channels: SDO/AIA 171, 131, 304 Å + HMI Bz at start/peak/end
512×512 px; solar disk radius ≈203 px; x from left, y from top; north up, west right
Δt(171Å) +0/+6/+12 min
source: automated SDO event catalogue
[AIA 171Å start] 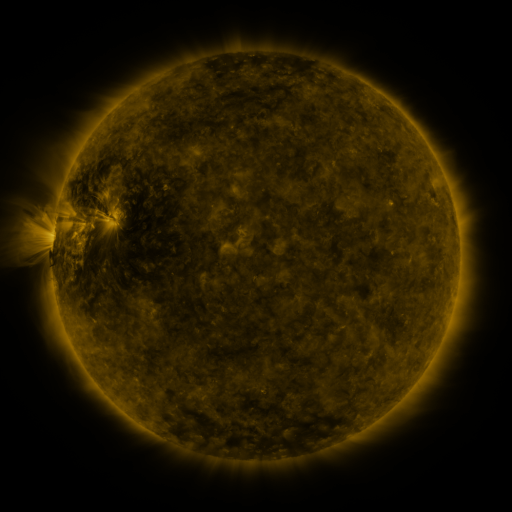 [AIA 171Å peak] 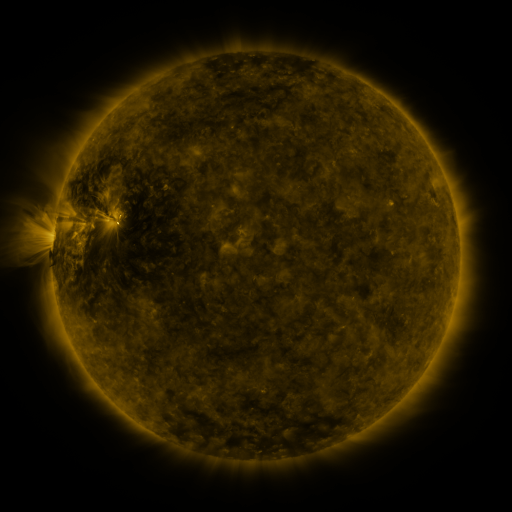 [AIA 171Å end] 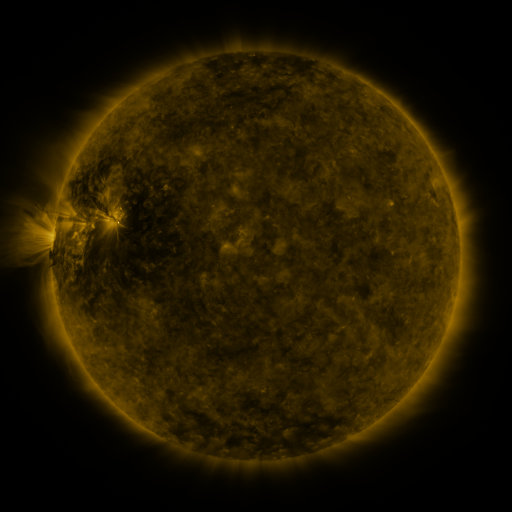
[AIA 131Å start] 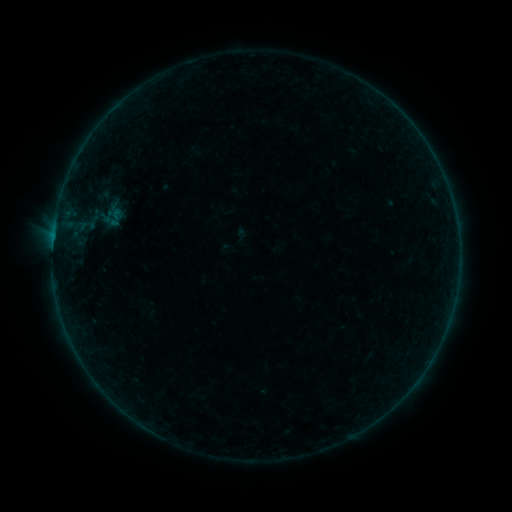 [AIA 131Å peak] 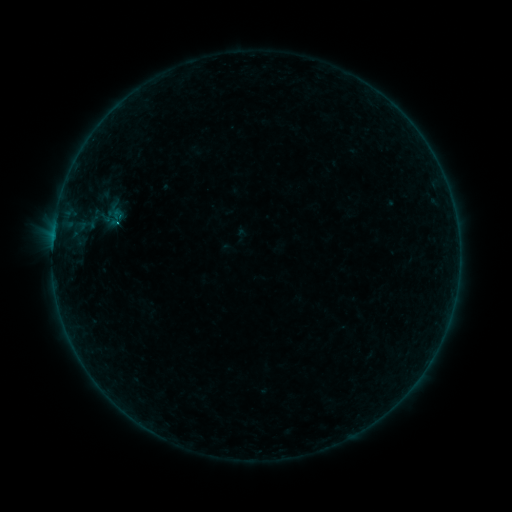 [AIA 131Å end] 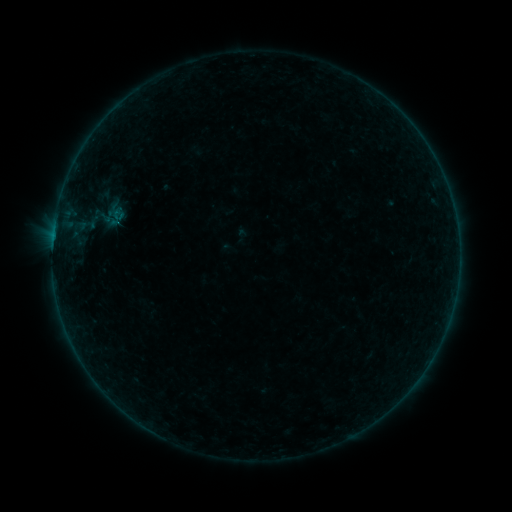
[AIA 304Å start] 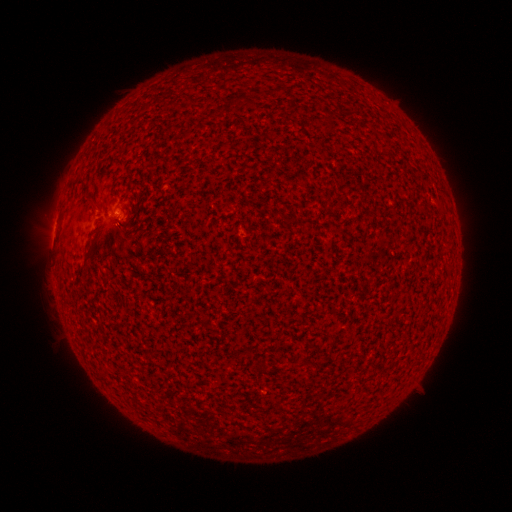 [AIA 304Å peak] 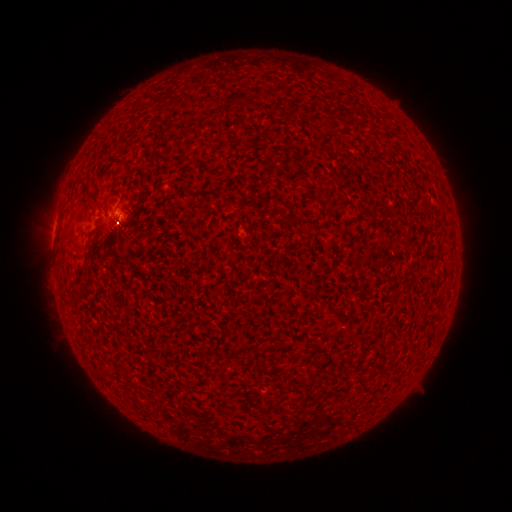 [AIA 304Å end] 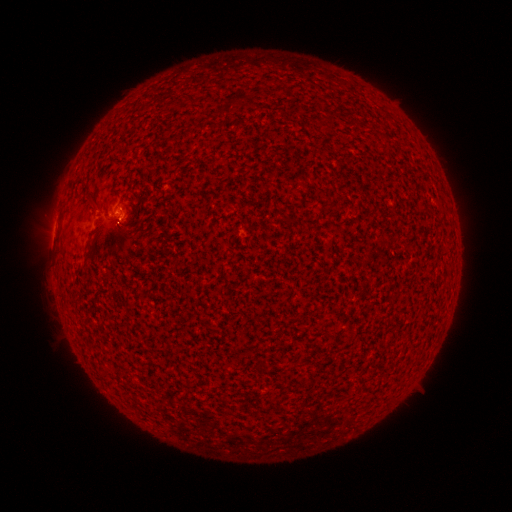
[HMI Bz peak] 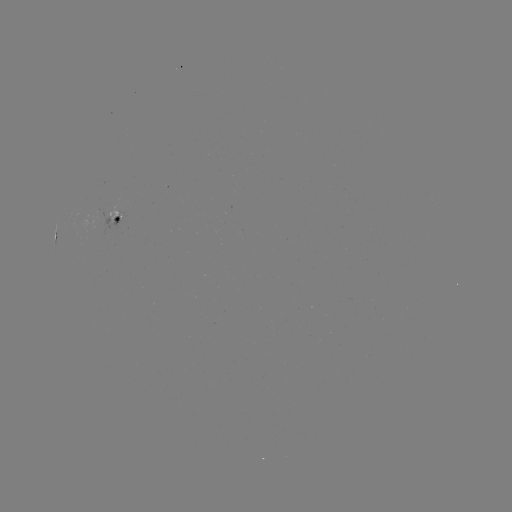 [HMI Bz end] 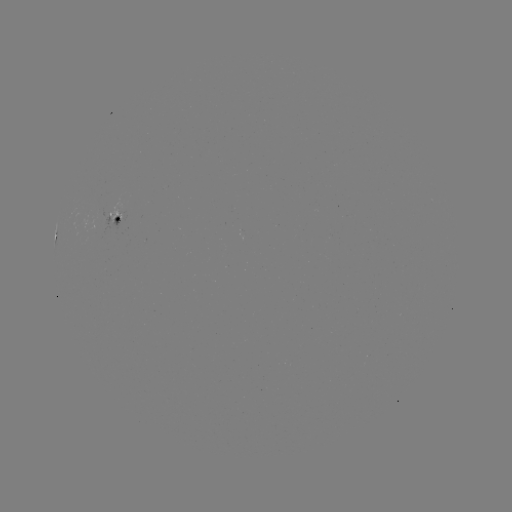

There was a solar flare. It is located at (117, 225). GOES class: B3.0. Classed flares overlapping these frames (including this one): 1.